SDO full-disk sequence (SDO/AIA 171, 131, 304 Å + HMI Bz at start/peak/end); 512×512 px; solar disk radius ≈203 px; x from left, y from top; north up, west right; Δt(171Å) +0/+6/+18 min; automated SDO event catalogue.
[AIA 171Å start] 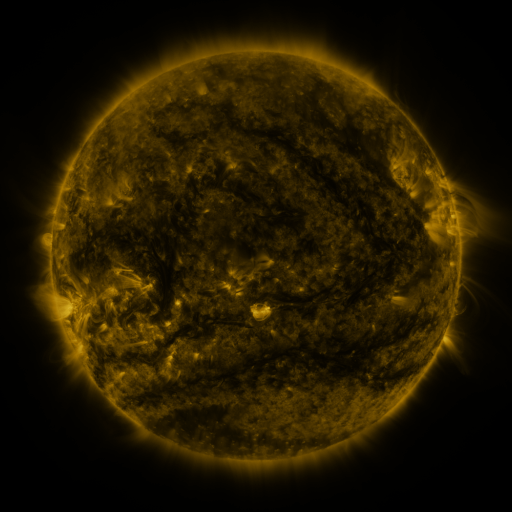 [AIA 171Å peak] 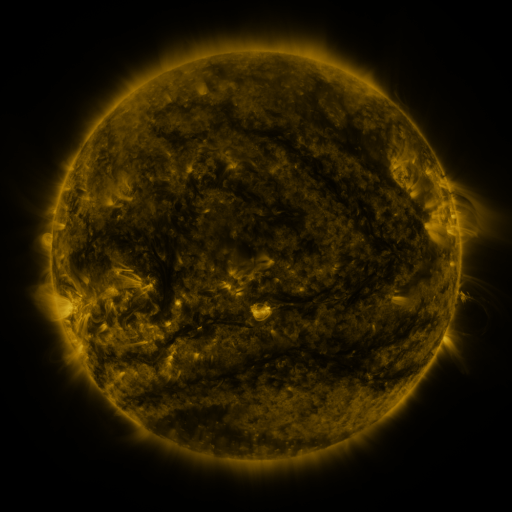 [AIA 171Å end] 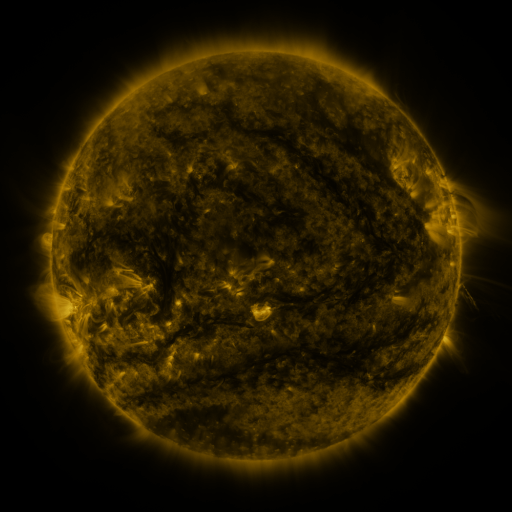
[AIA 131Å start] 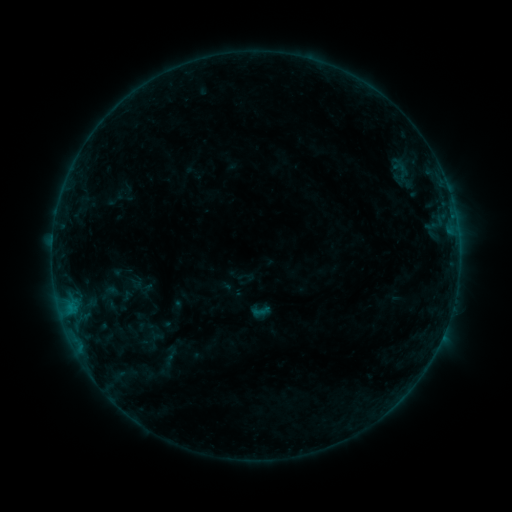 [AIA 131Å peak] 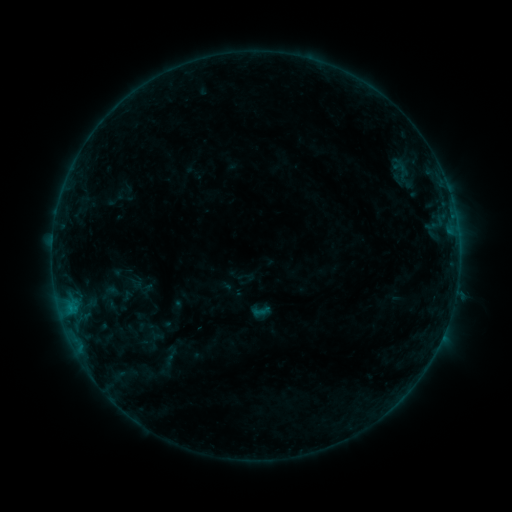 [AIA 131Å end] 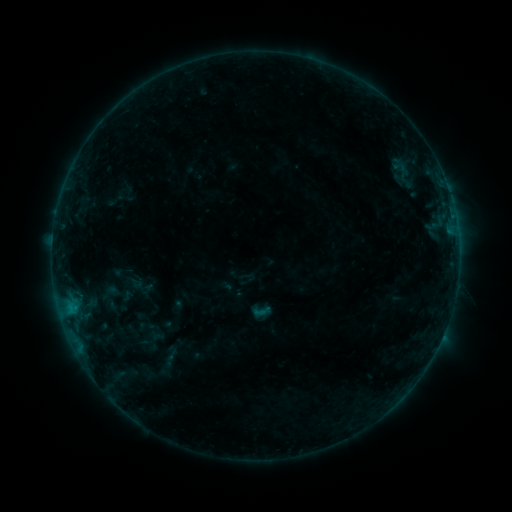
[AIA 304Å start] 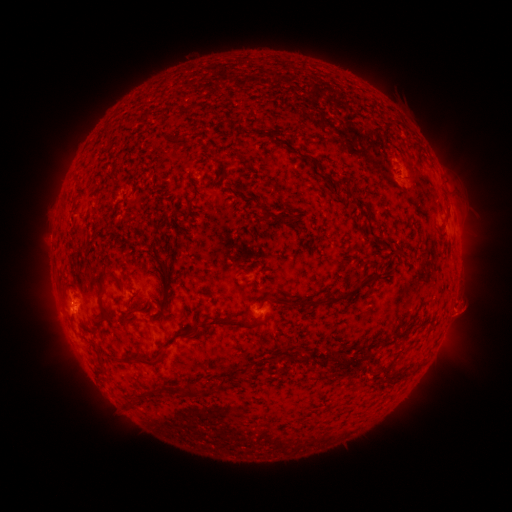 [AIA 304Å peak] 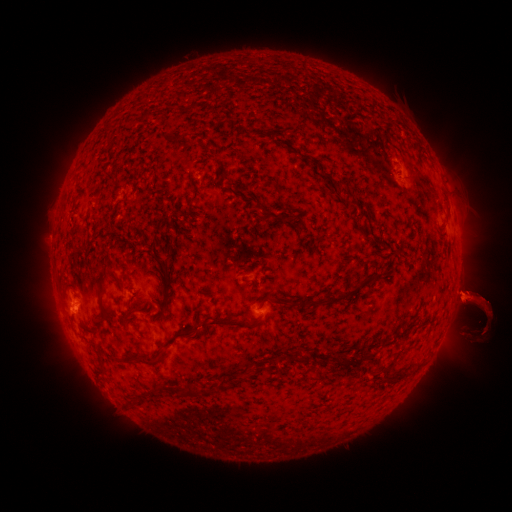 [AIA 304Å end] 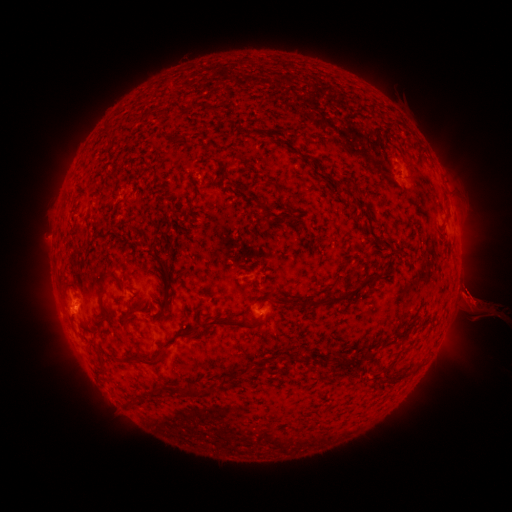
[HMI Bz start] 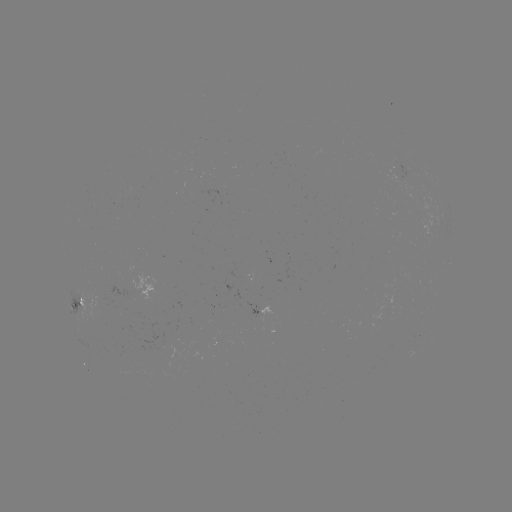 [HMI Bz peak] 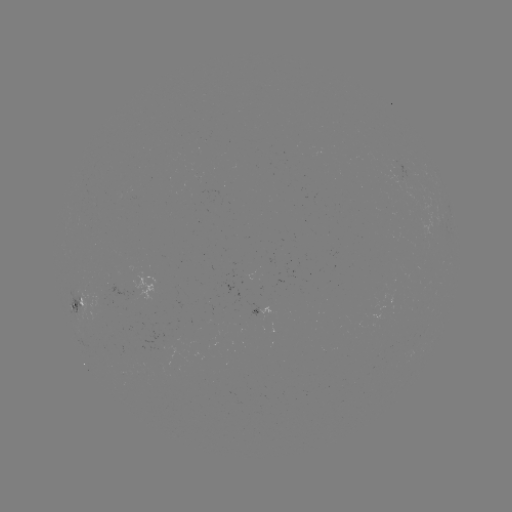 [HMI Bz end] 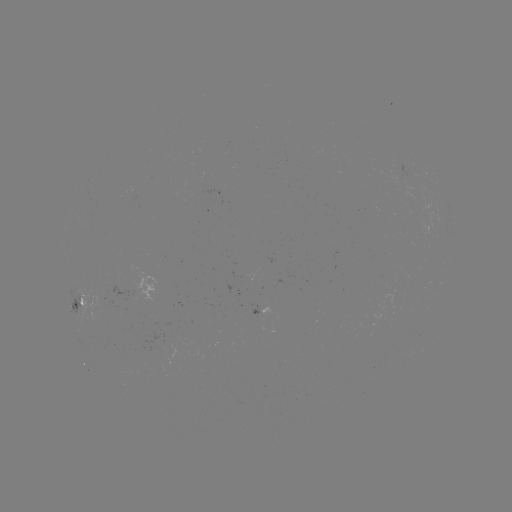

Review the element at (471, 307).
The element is eruption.